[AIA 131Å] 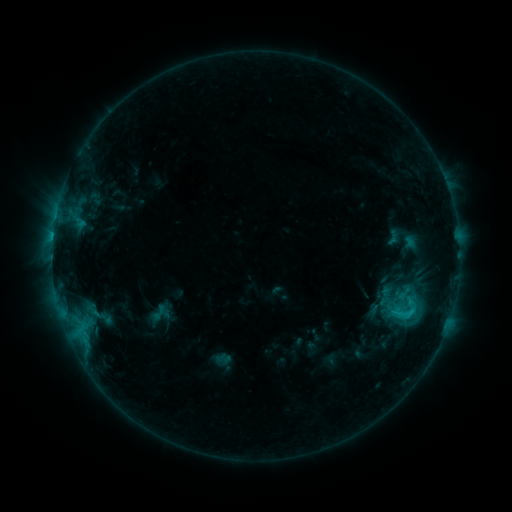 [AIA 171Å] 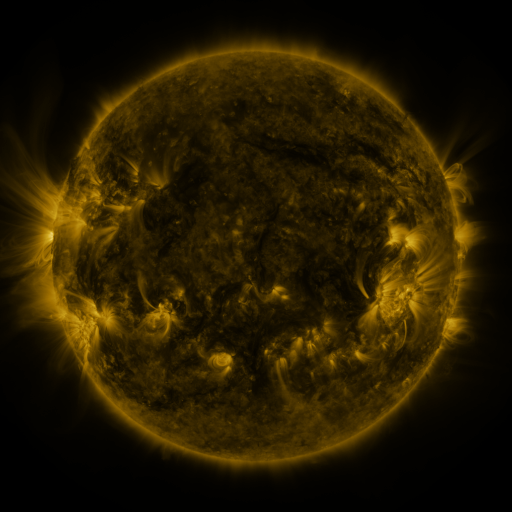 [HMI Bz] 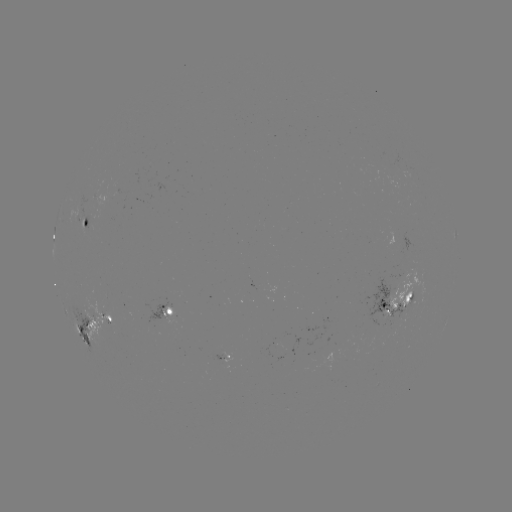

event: sigmoid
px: (405, 313)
